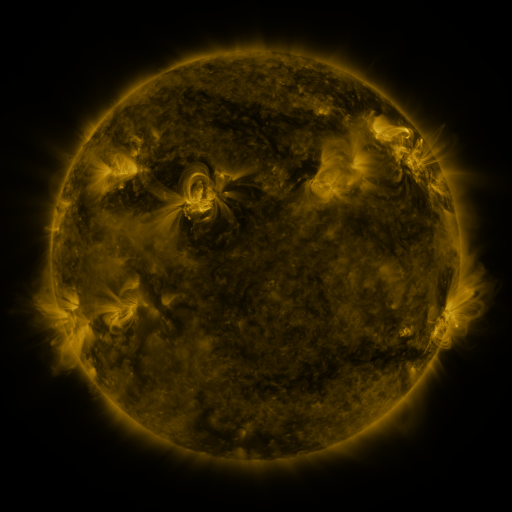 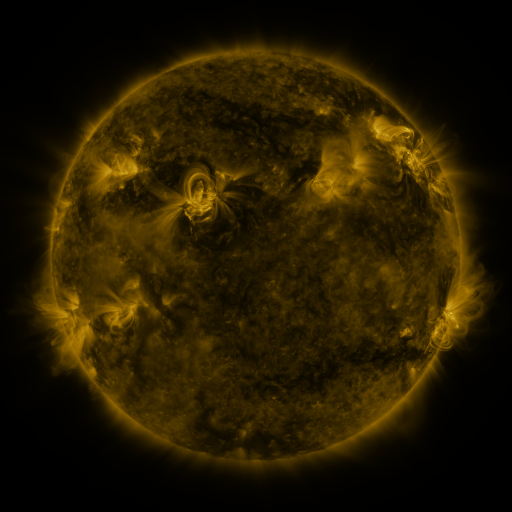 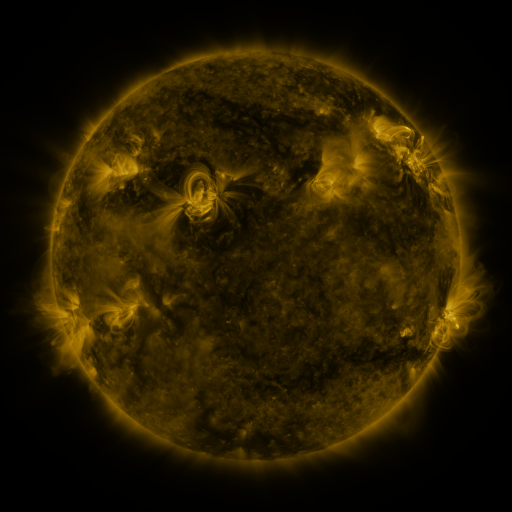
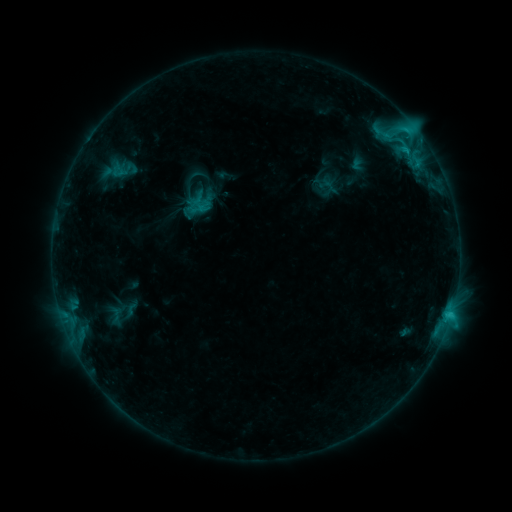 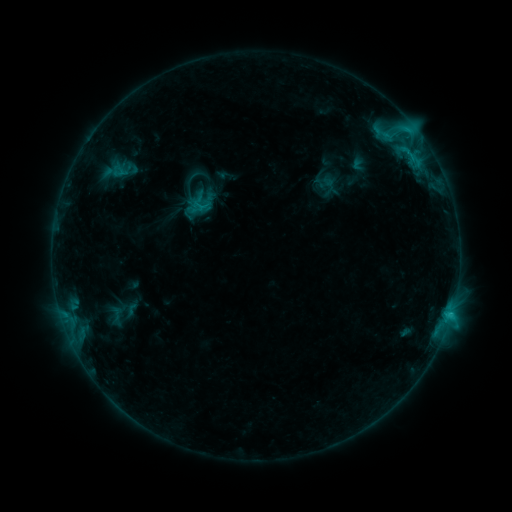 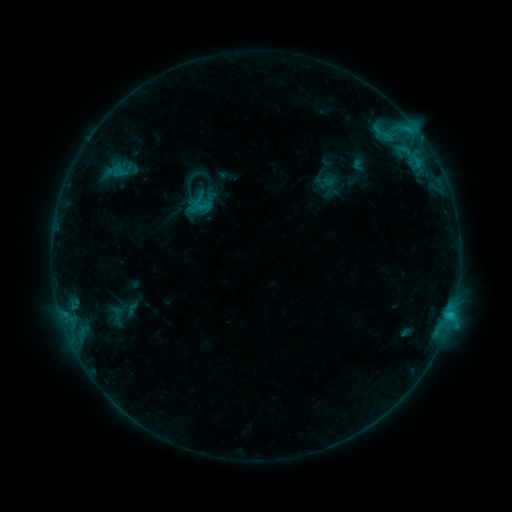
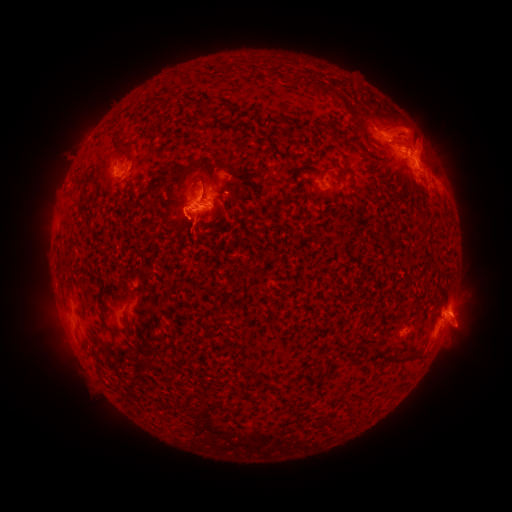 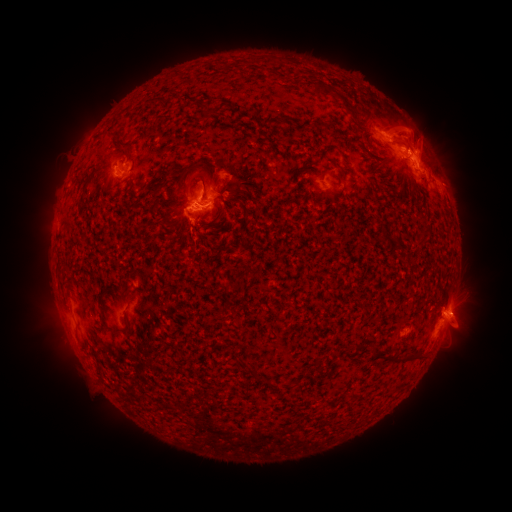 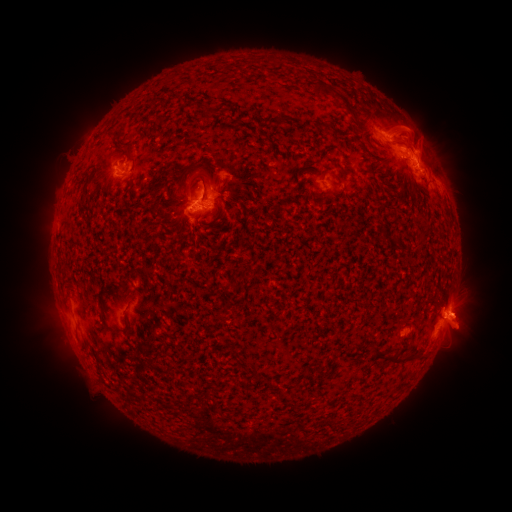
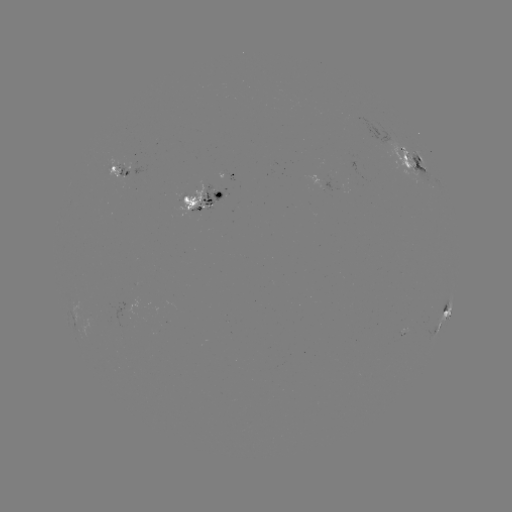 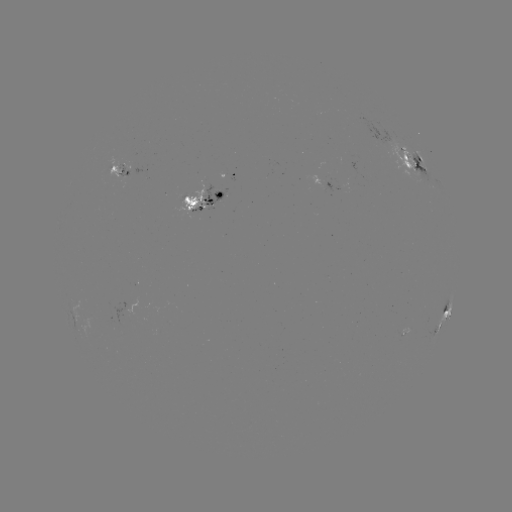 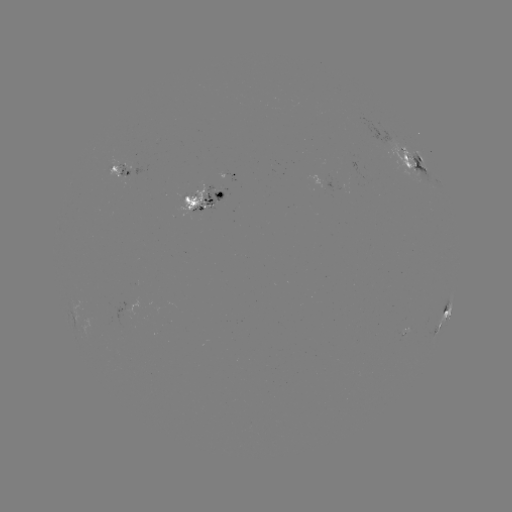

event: emerging-flux region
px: (121, 175)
